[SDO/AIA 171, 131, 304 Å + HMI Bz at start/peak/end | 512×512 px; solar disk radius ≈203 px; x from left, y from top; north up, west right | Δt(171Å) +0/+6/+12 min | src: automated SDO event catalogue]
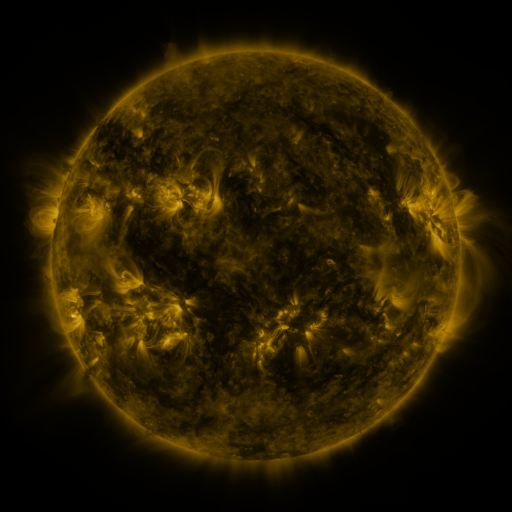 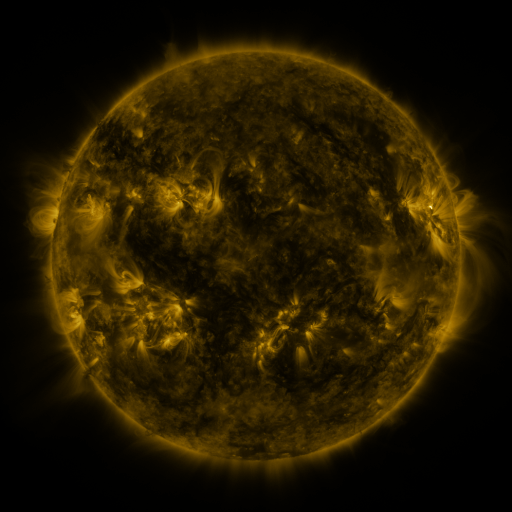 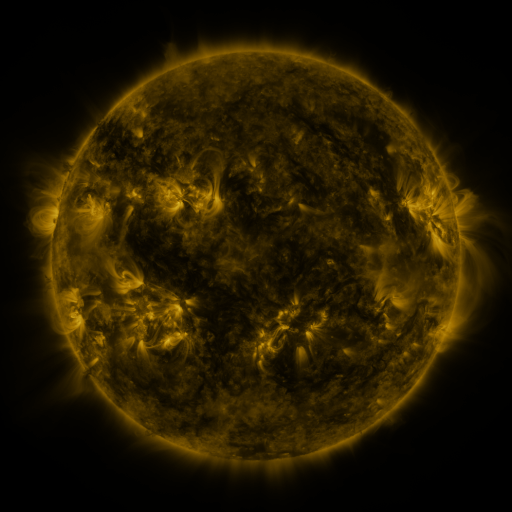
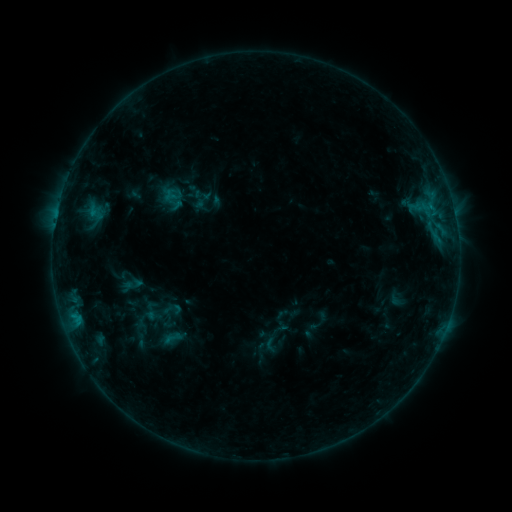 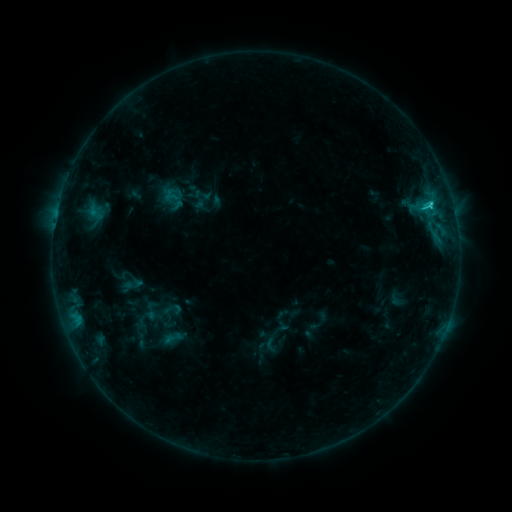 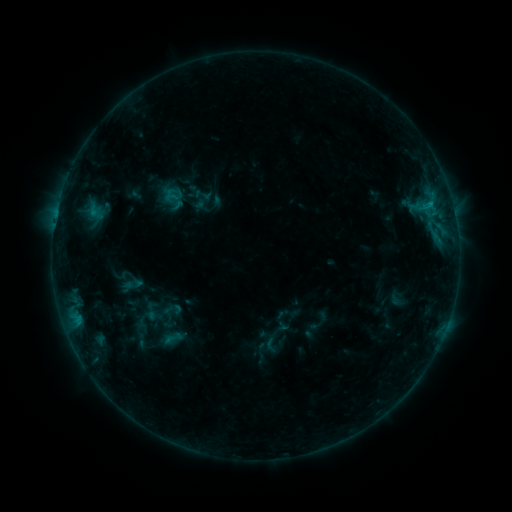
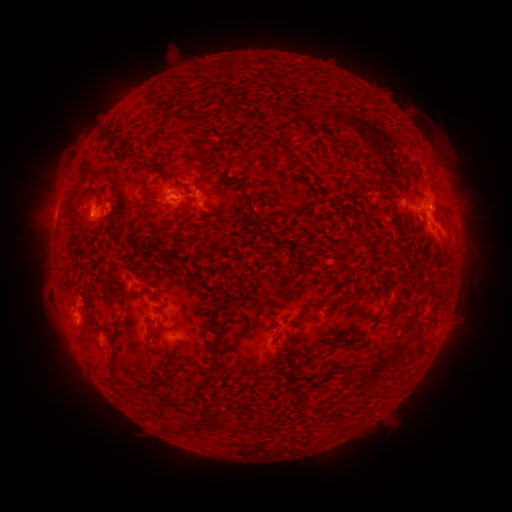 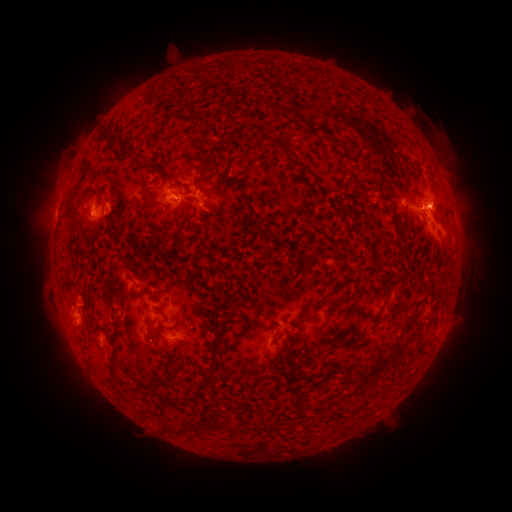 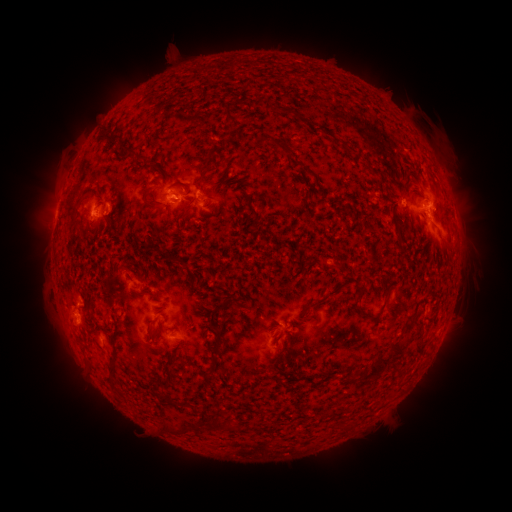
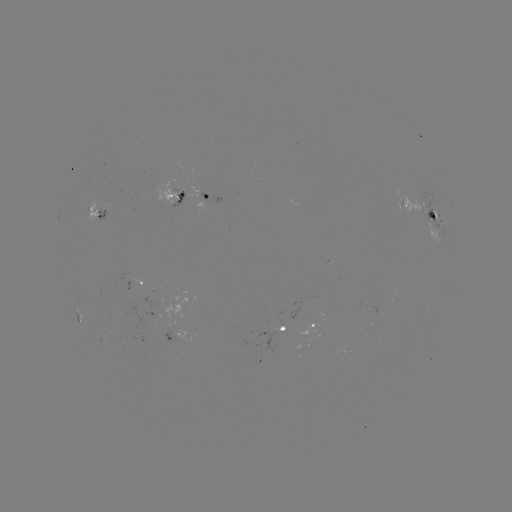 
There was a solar flare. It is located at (430, 209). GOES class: C3.0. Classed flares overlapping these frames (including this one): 1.